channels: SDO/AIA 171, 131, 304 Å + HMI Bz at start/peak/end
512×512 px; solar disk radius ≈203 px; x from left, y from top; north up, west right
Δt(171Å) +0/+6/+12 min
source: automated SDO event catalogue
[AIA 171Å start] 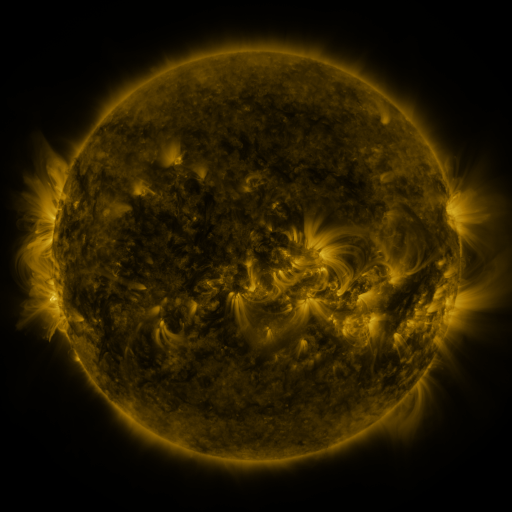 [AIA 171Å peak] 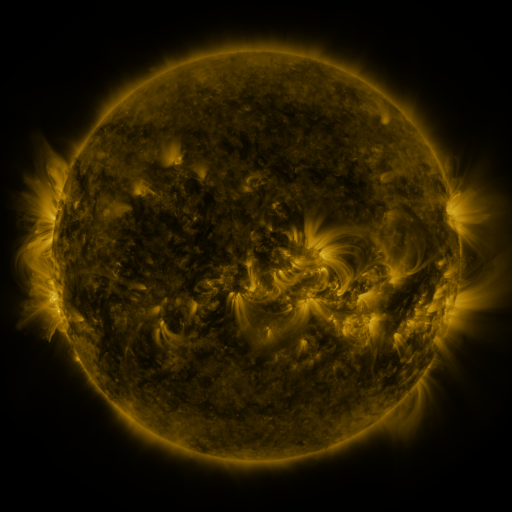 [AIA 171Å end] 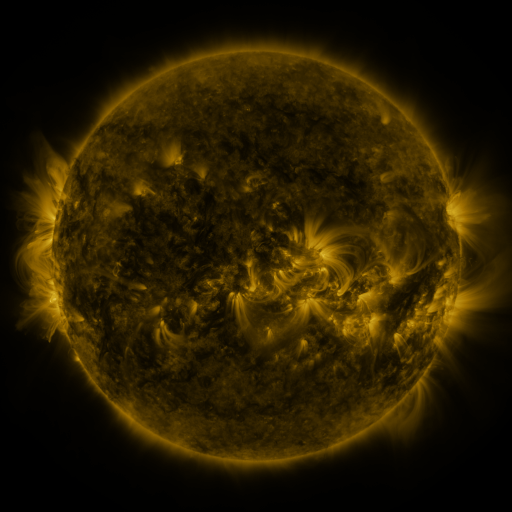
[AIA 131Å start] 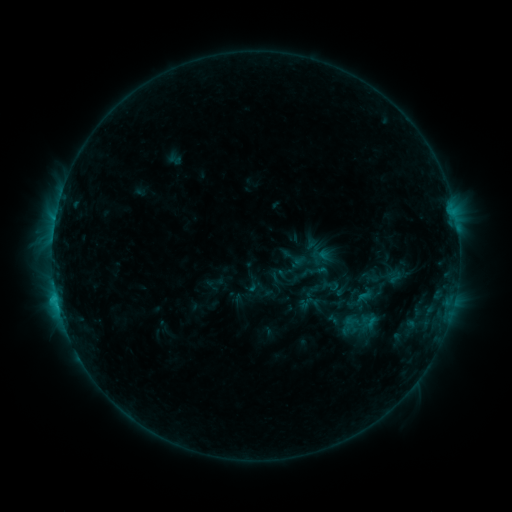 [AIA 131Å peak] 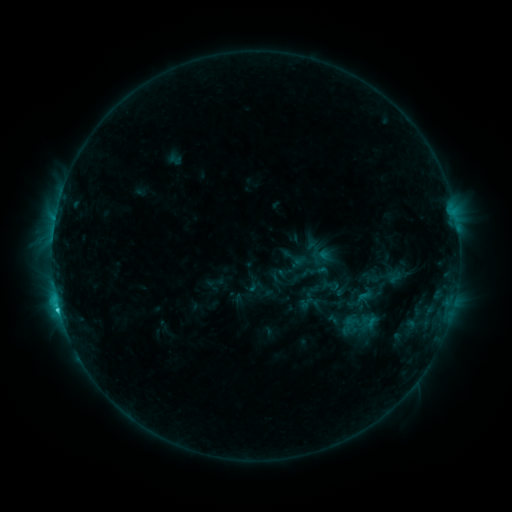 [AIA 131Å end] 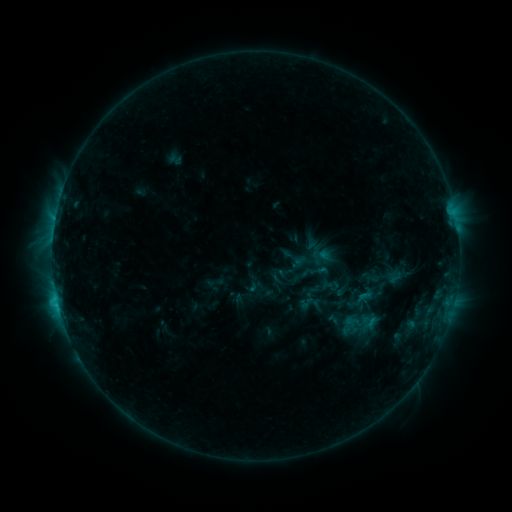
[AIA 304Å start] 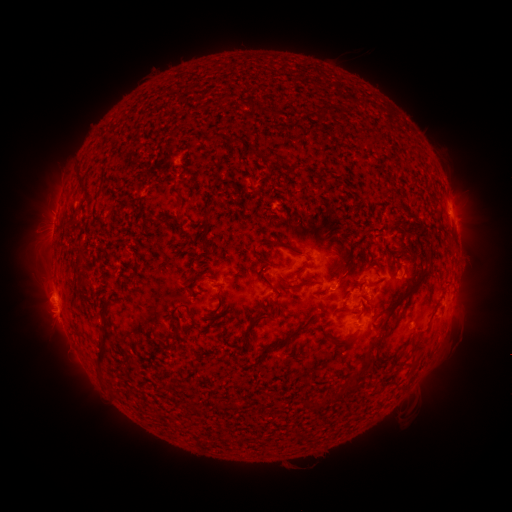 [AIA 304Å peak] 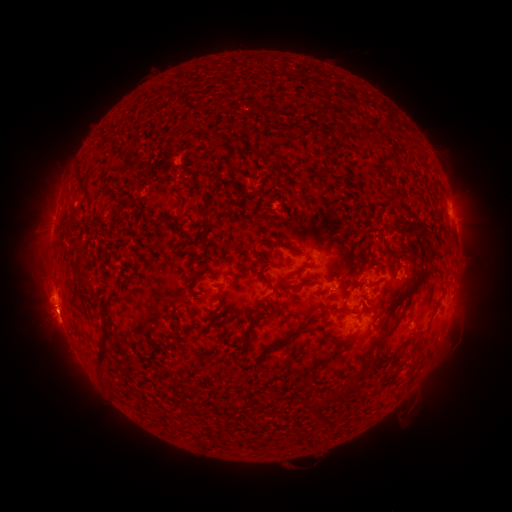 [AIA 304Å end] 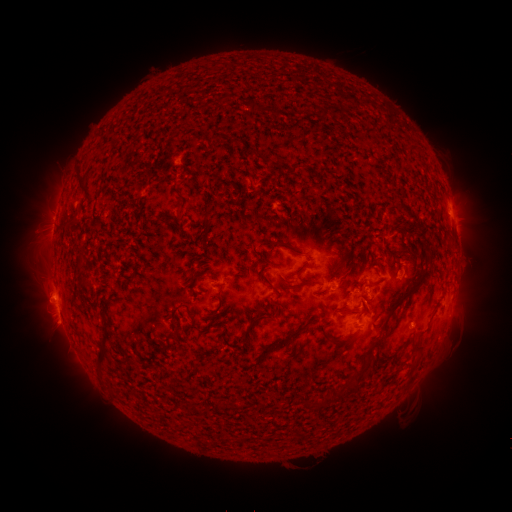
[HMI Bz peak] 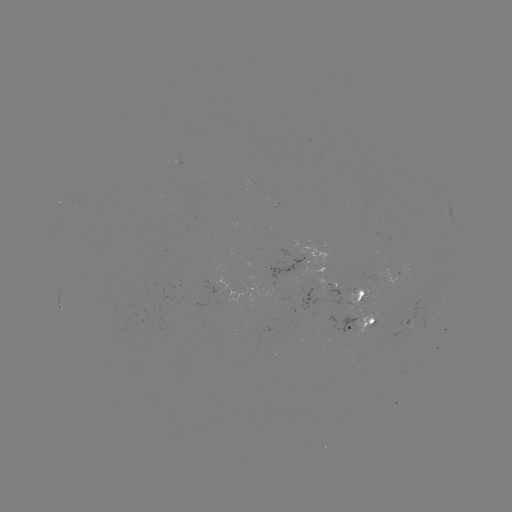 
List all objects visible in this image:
C2.3 flare: (58, 304)
